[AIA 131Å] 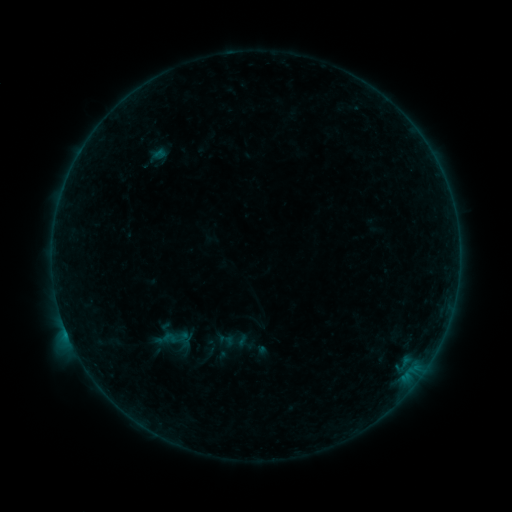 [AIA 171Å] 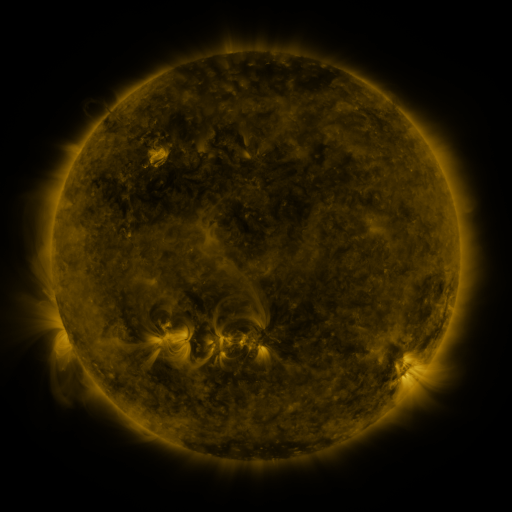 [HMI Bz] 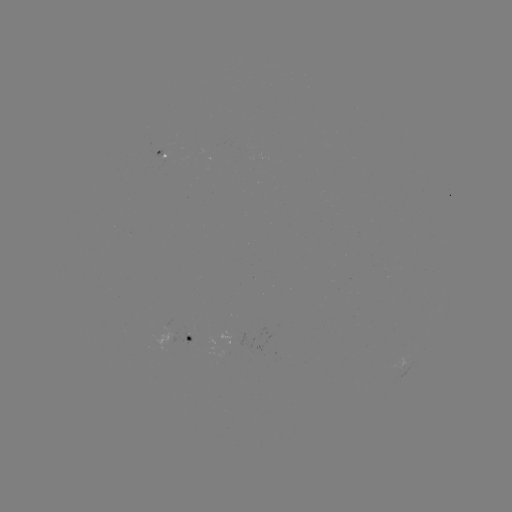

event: sigmoid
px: (226, 340)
